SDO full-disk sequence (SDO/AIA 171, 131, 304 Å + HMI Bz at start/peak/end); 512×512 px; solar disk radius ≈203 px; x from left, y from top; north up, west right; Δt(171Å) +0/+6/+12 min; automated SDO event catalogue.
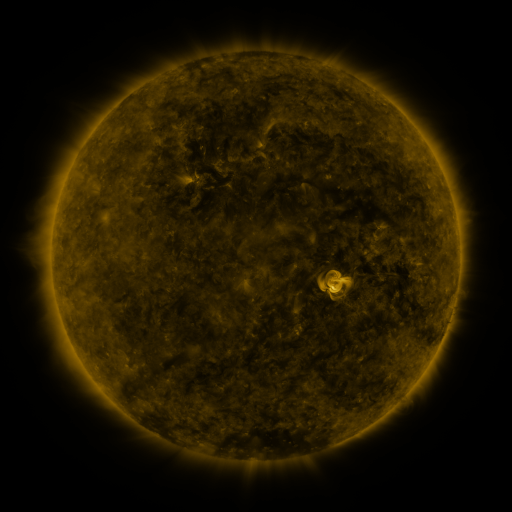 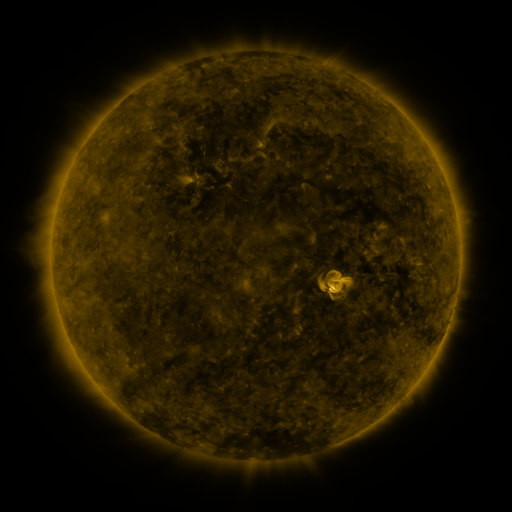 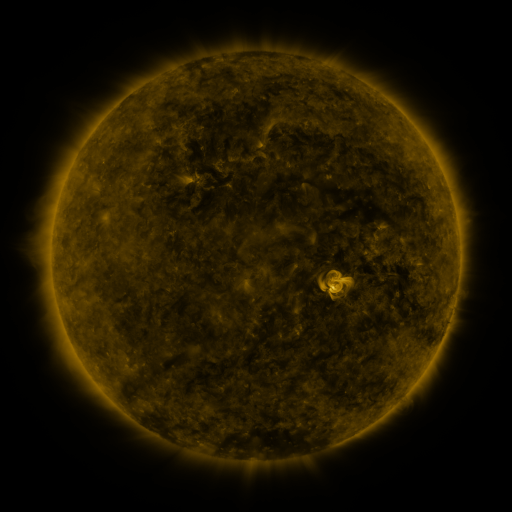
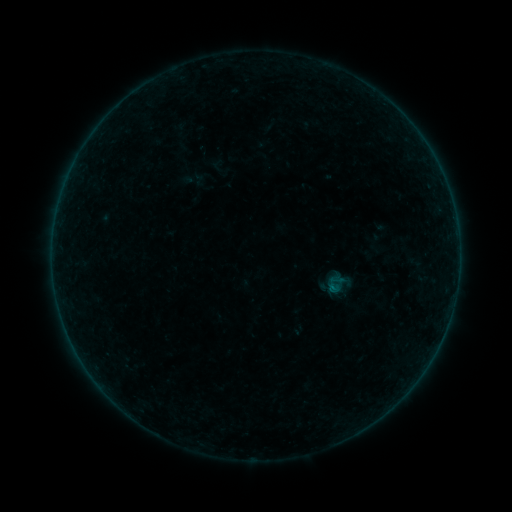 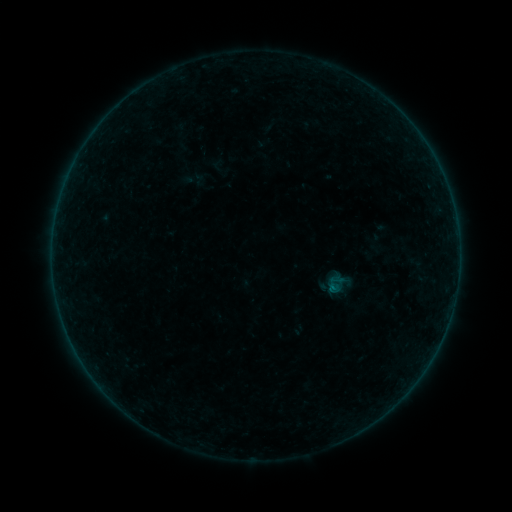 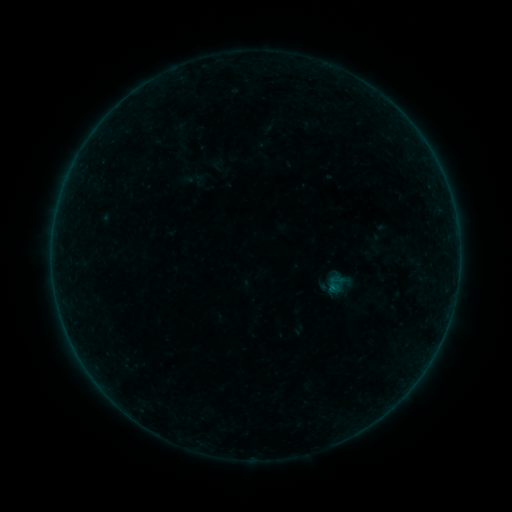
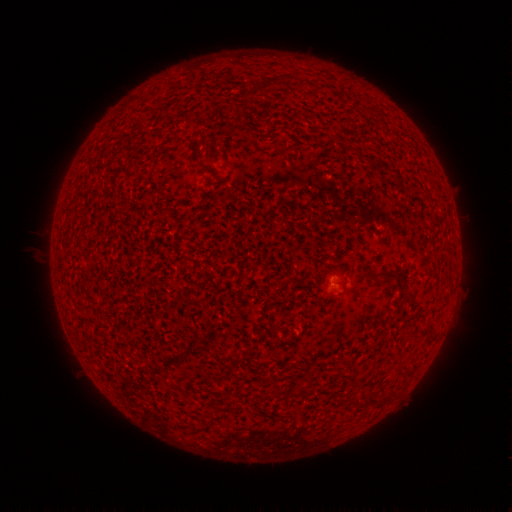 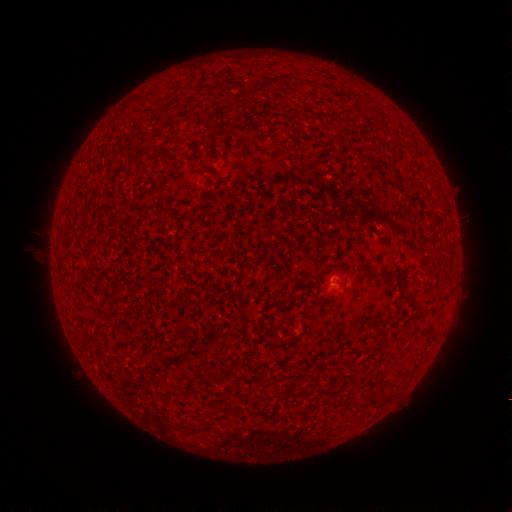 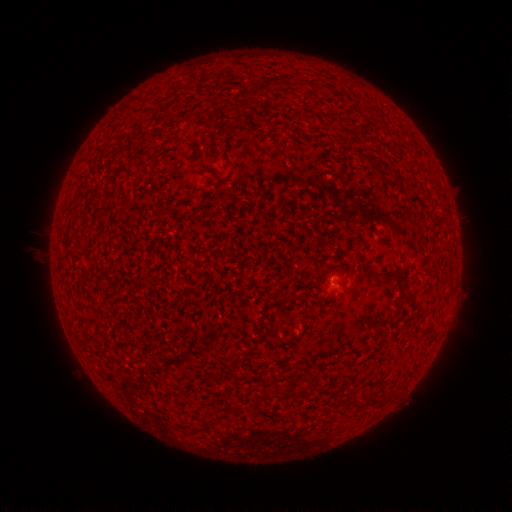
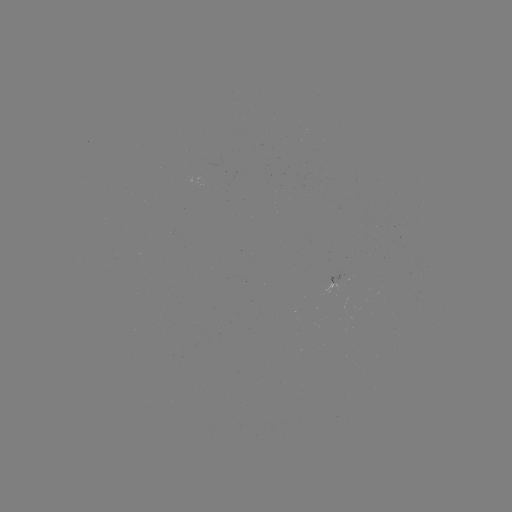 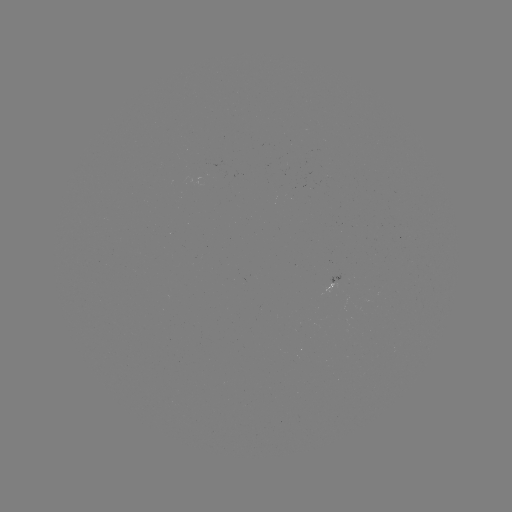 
nothing was catalogued: no classed flare, no EUV trigger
